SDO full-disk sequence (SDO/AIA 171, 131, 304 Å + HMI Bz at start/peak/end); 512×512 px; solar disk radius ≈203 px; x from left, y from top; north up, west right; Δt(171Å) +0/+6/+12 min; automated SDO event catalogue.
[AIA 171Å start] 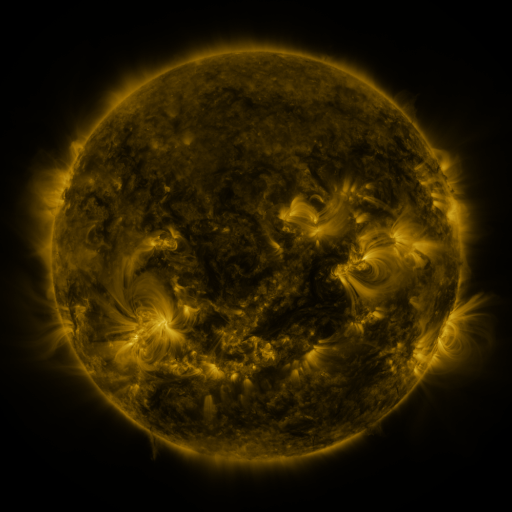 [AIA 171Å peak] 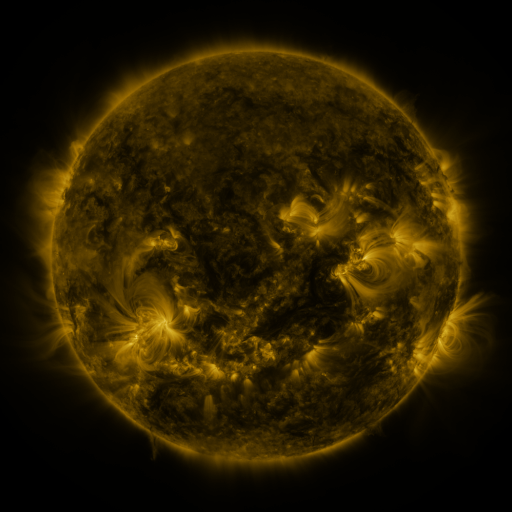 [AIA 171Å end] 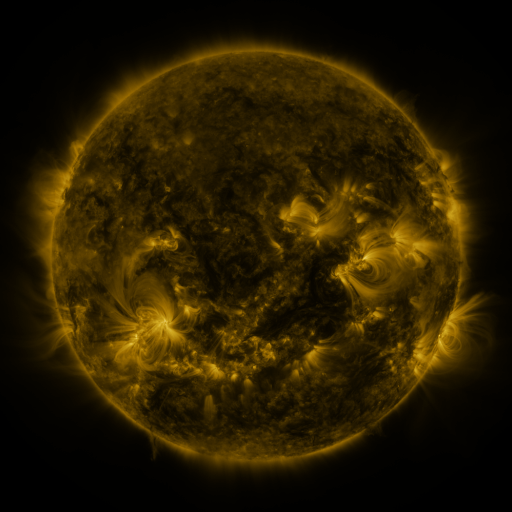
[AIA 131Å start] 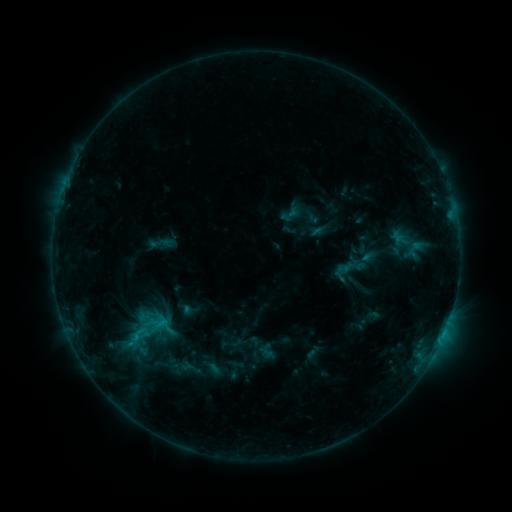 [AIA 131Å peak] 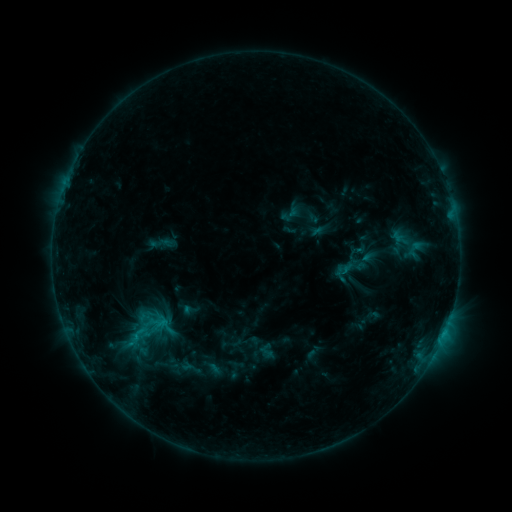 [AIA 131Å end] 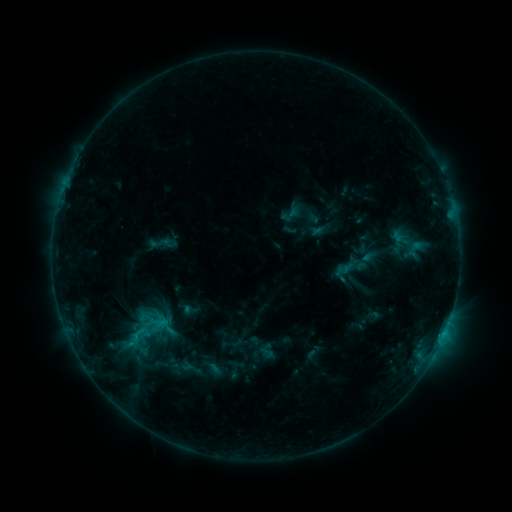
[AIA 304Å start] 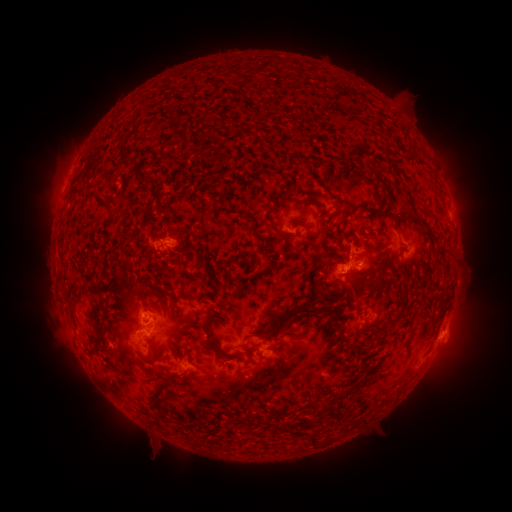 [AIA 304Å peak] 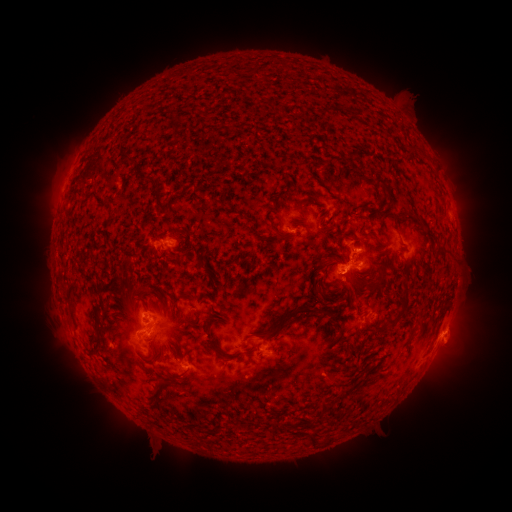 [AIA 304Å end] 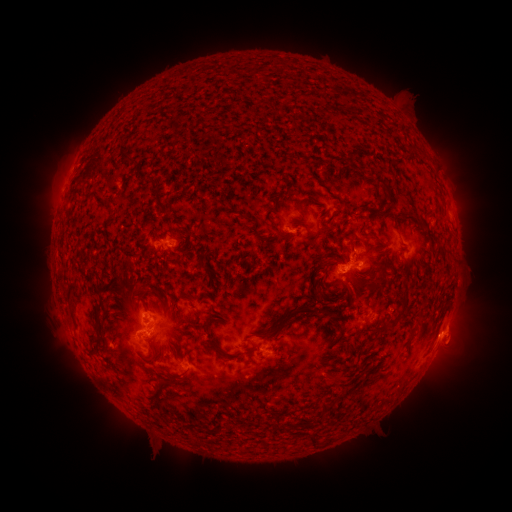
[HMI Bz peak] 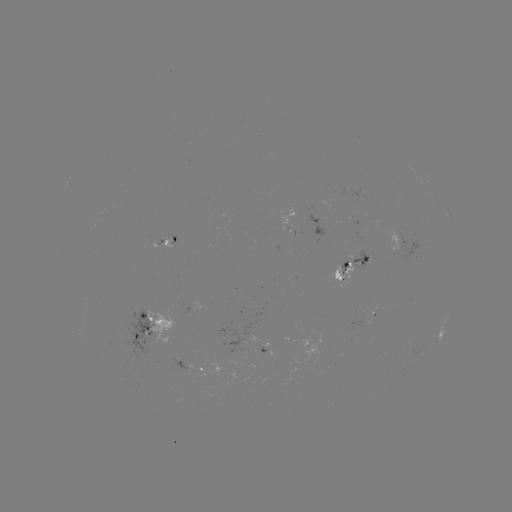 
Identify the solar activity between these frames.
eruption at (460, 340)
